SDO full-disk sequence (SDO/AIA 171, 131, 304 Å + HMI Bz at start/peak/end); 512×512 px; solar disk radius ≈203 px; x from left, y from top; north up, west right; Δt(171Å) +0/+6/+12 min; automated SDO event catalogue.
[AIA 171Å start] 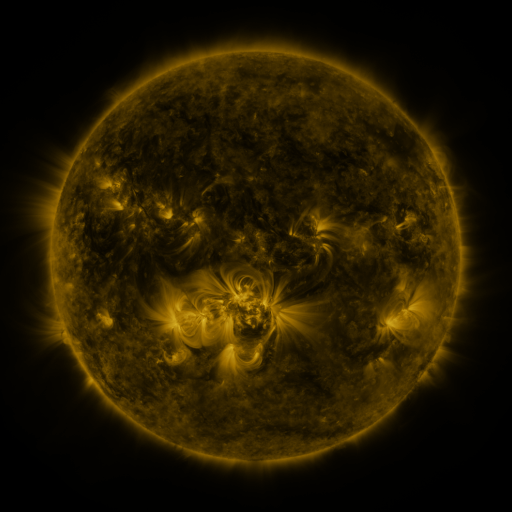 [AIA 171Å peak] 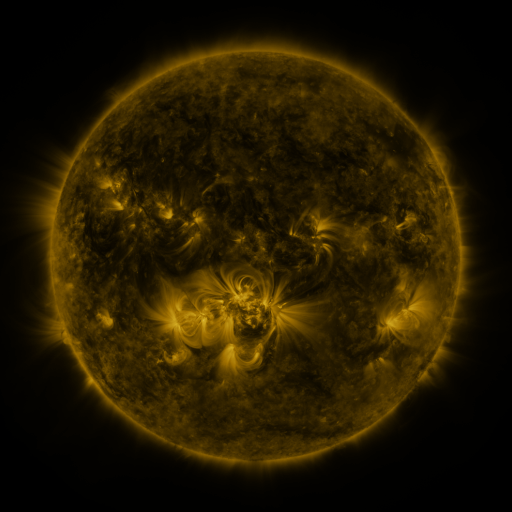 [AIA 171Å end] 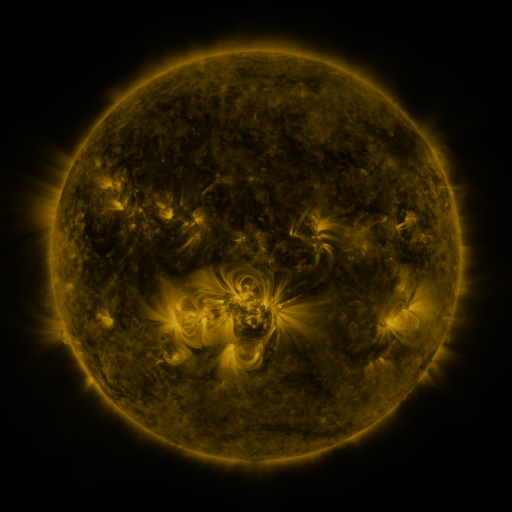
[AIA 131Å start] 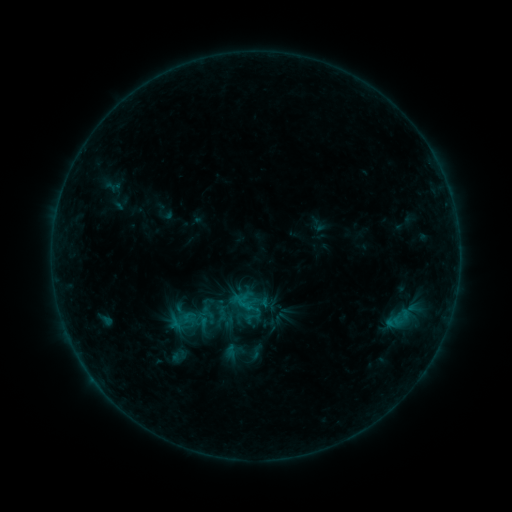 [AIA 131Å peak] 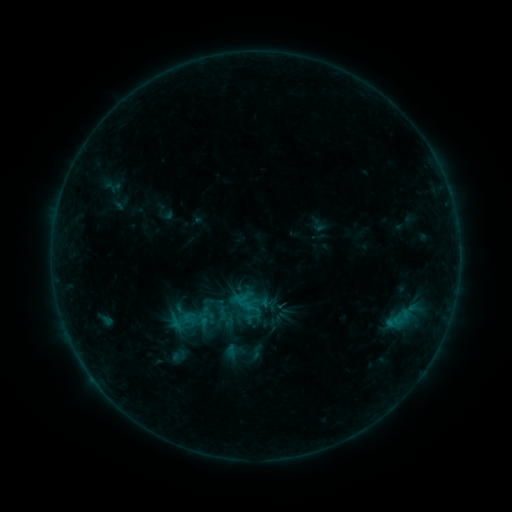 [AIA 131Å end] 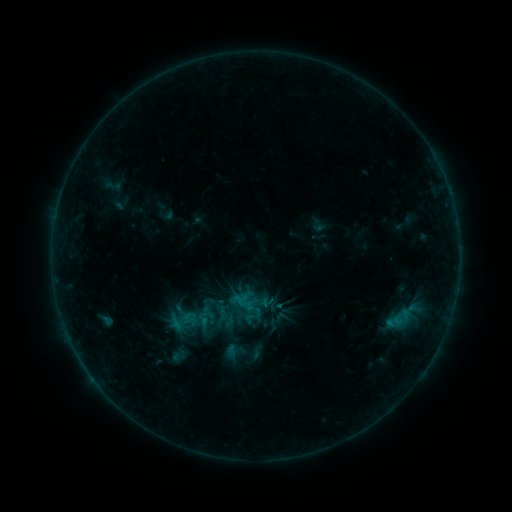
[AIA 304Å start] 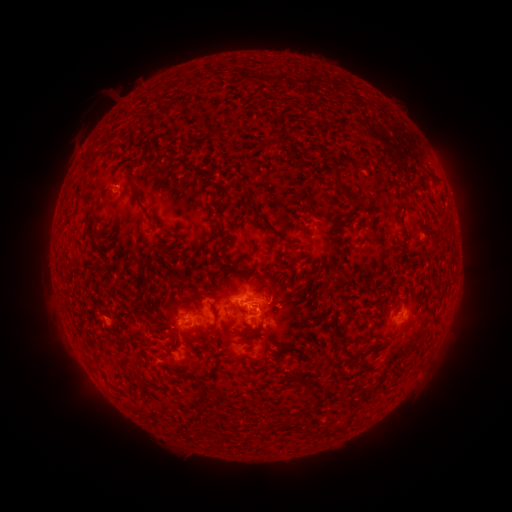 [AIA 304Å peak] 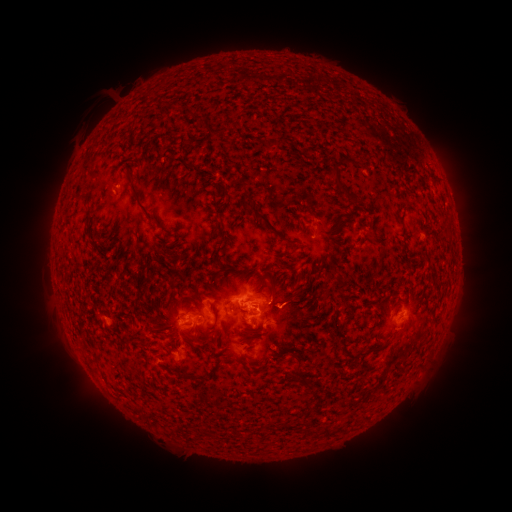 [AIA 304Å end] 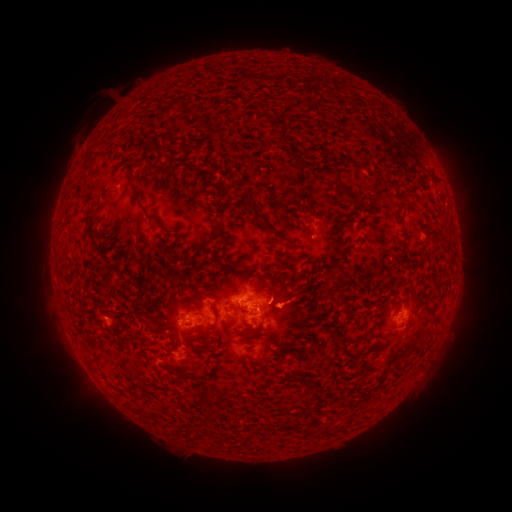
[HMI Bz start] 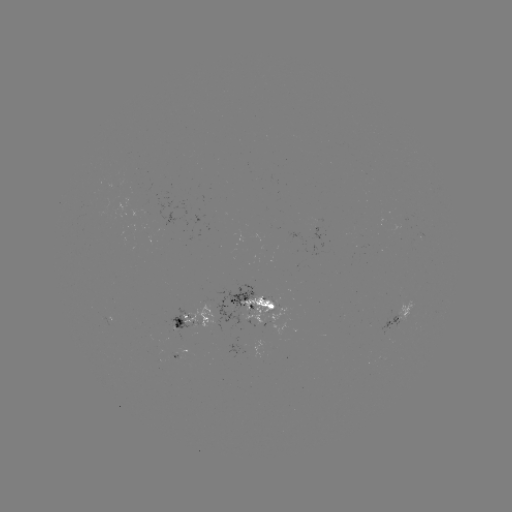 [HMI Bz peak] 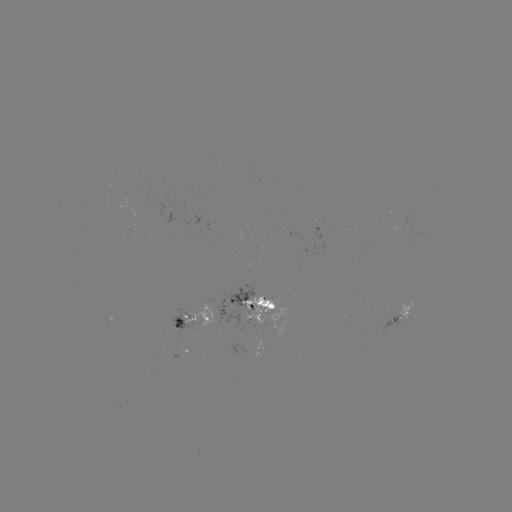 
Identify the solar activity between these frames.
eruption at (294, 304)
